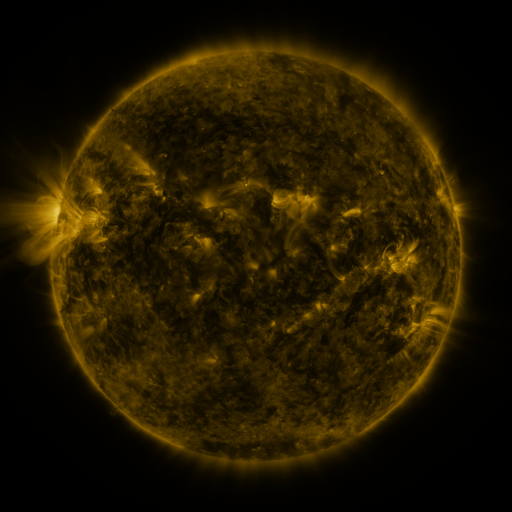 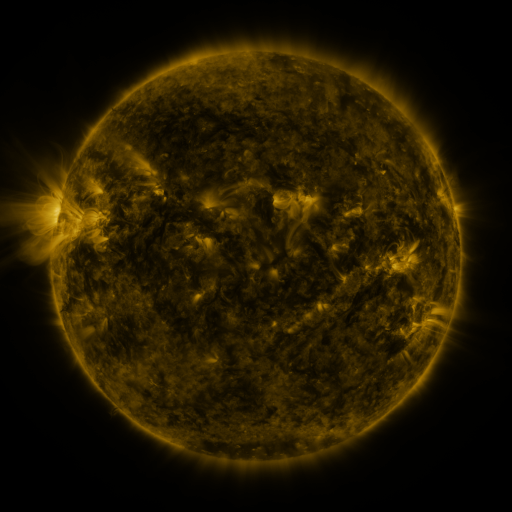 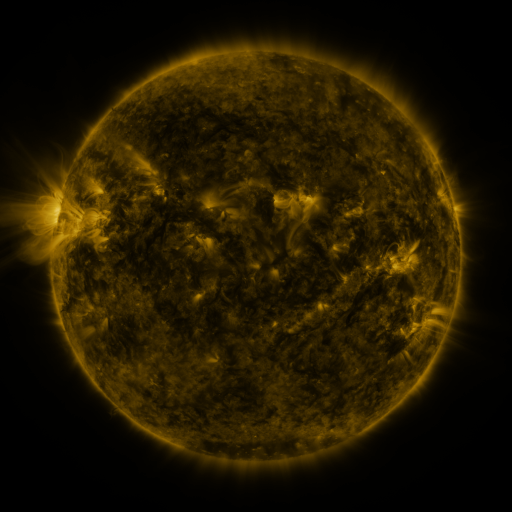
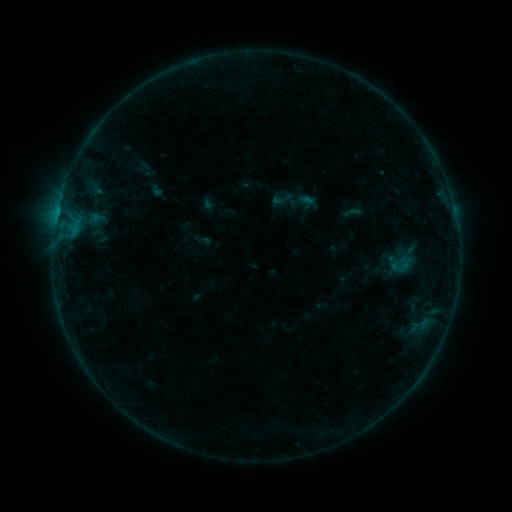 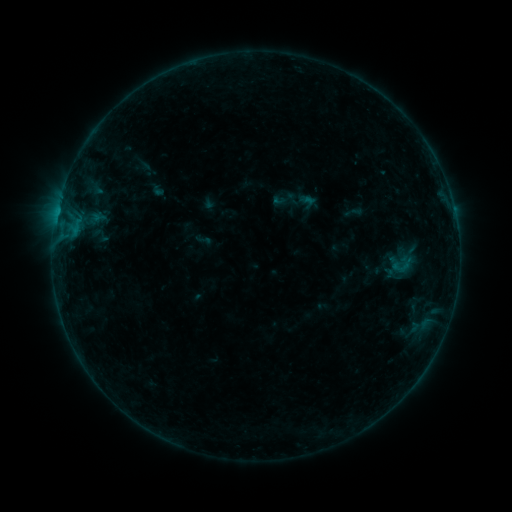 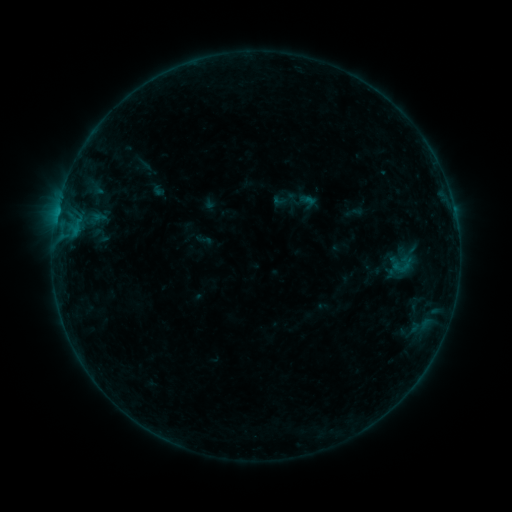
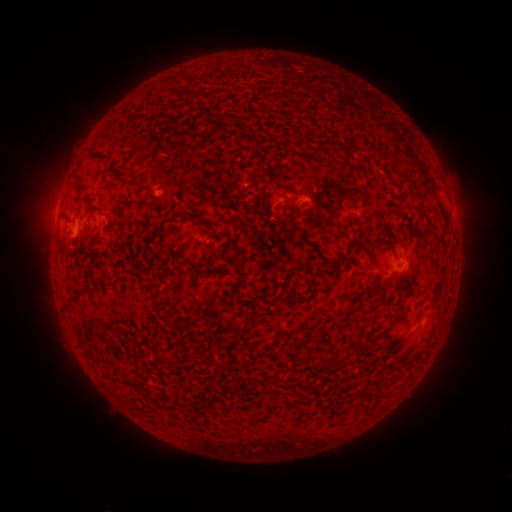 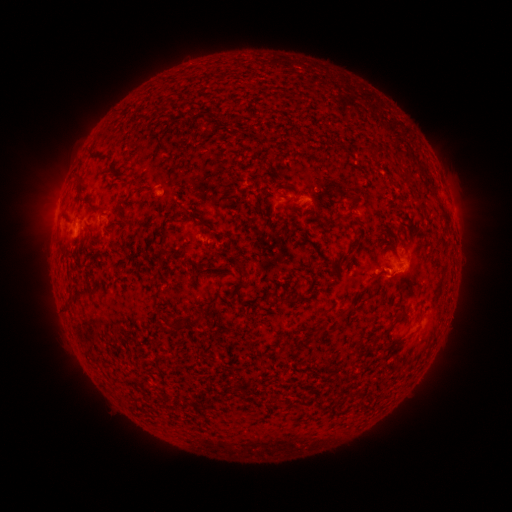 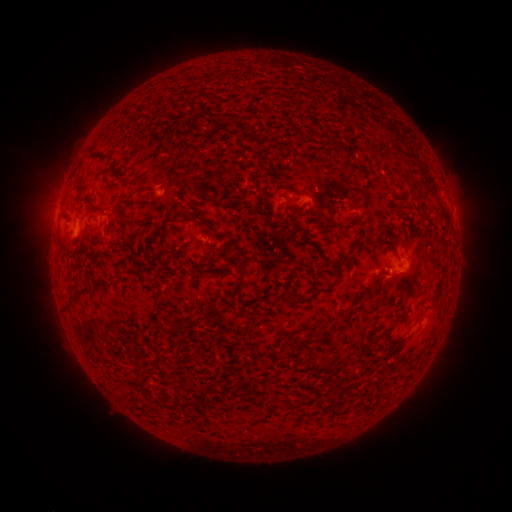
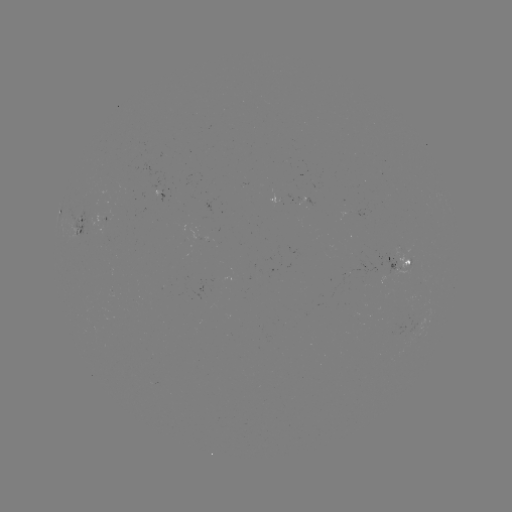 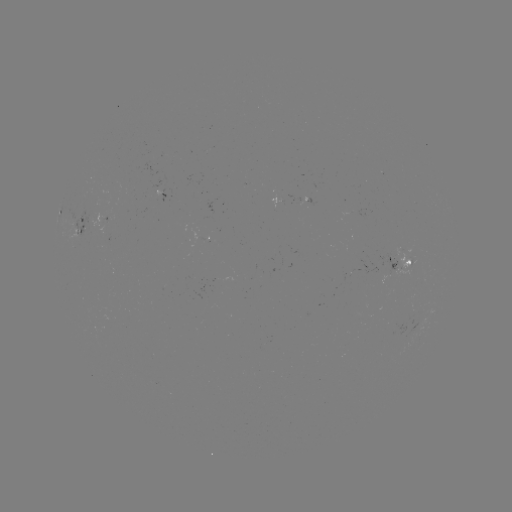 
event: flare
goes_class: B2.7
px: (400, 273)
